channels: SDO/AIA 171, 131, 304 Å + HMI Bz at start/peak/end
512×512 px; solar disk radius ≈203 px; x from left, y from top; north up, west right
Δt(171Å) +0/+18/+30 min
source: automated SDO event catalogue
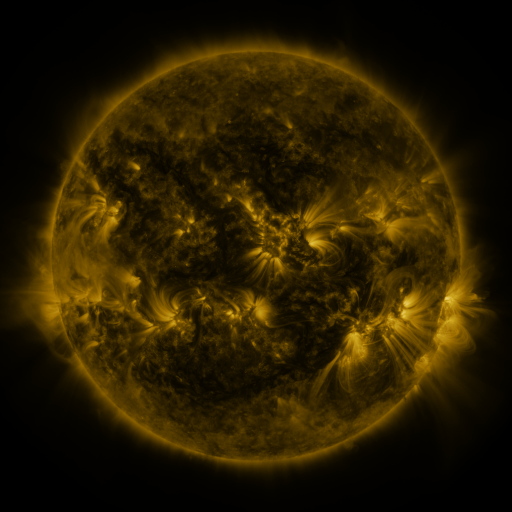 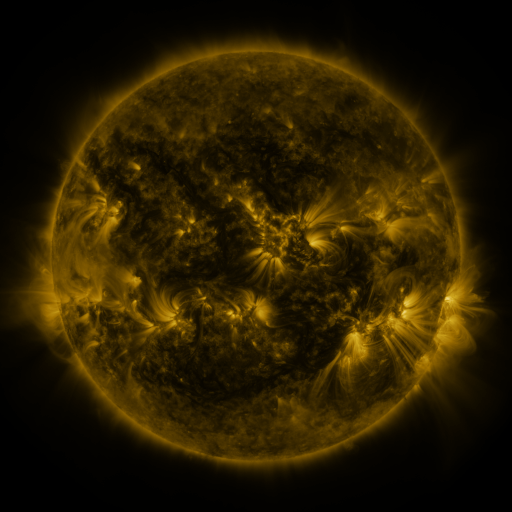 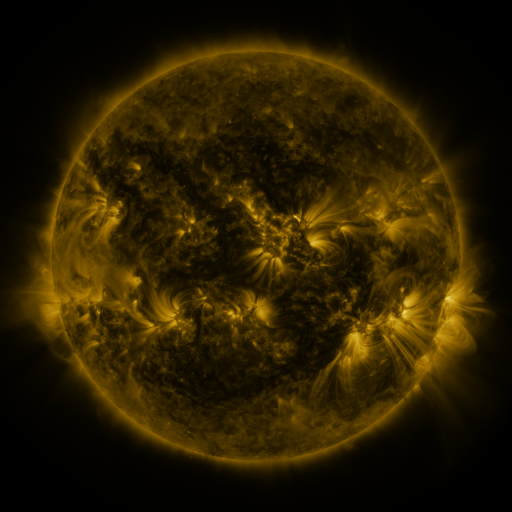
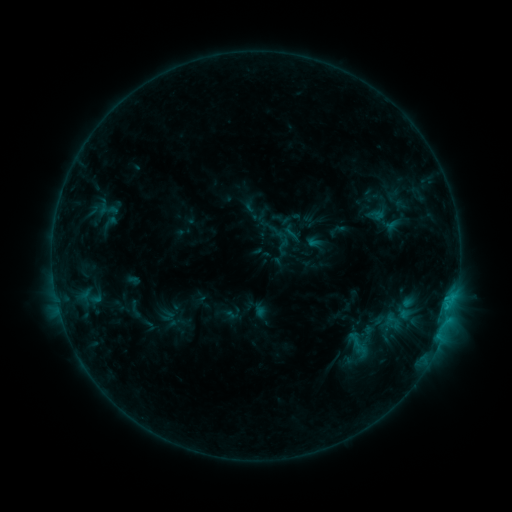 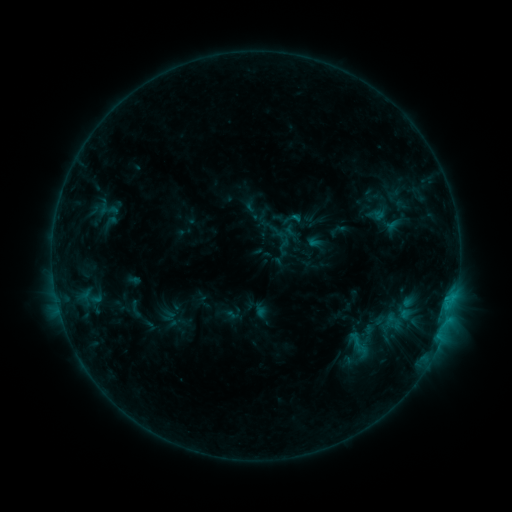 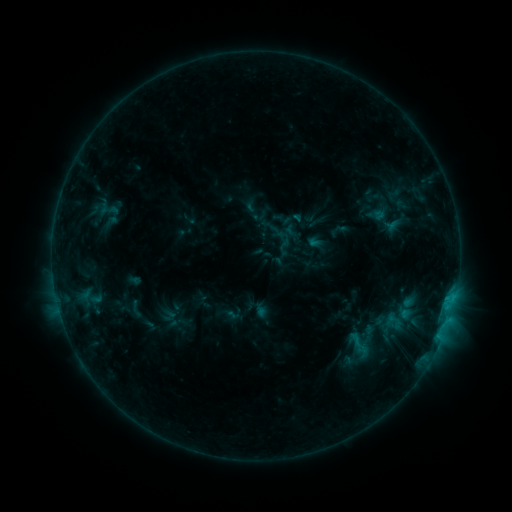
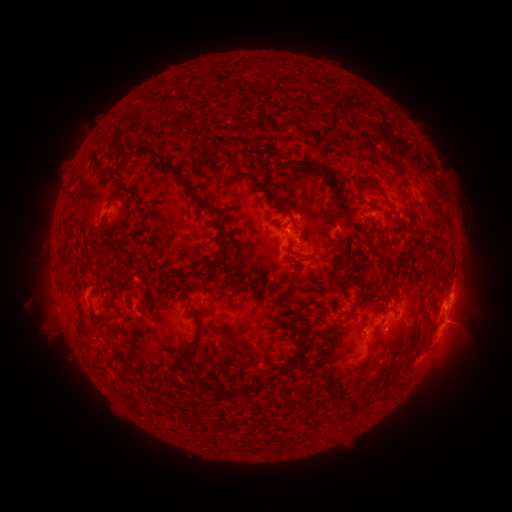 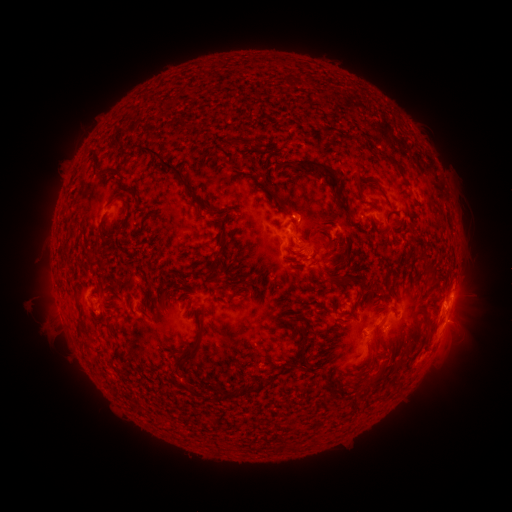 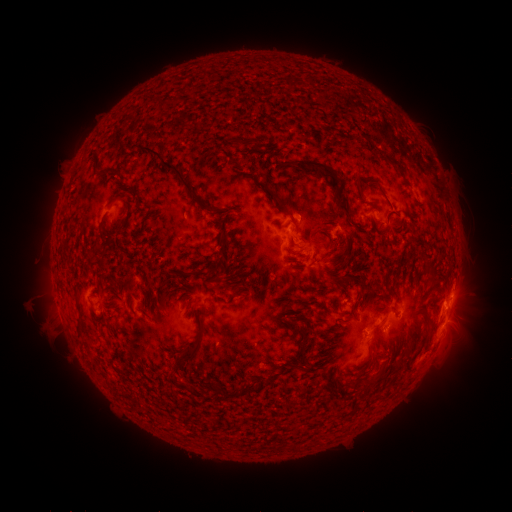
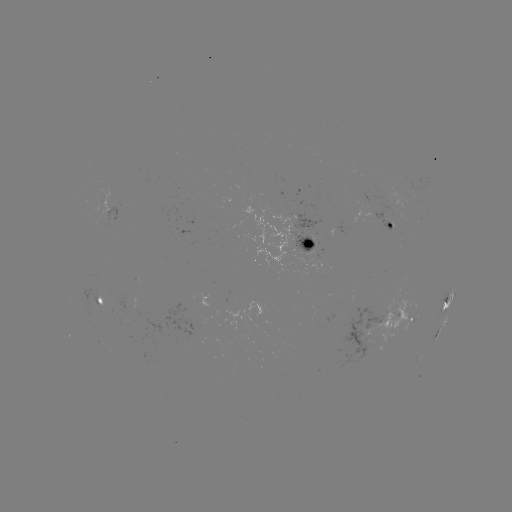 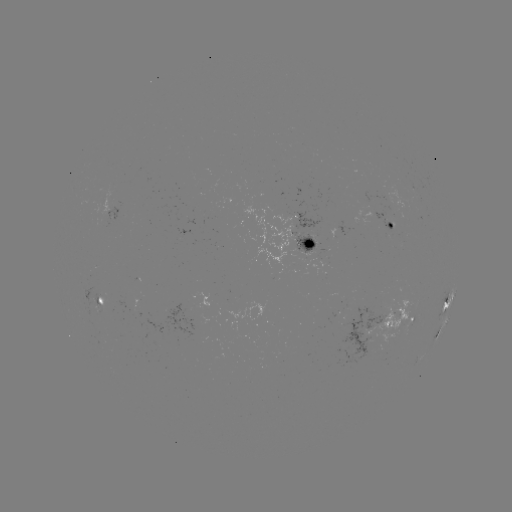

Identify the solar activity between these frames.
nothing was catalogued: no classed flare, no EUV trigger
